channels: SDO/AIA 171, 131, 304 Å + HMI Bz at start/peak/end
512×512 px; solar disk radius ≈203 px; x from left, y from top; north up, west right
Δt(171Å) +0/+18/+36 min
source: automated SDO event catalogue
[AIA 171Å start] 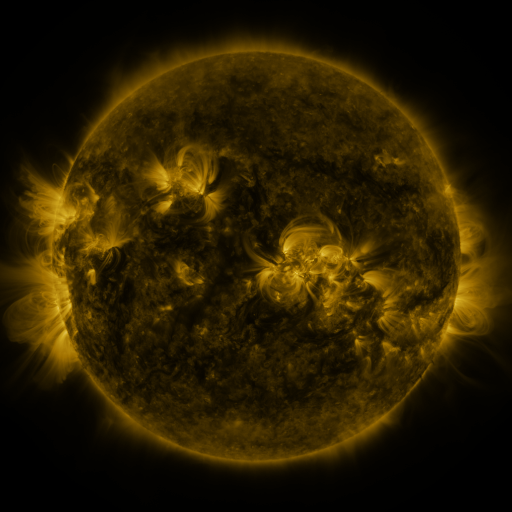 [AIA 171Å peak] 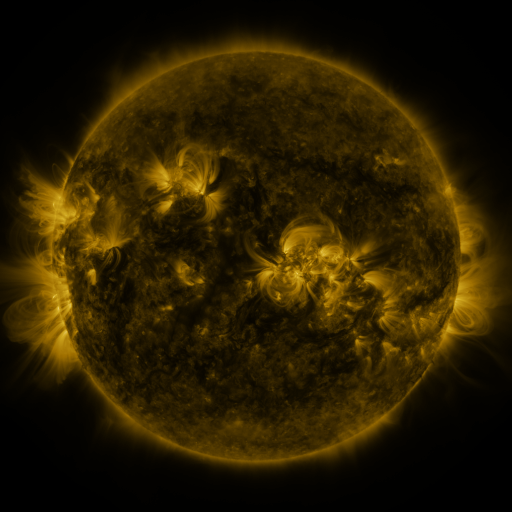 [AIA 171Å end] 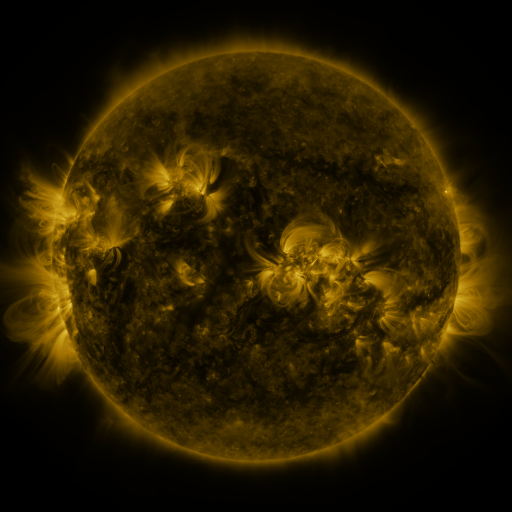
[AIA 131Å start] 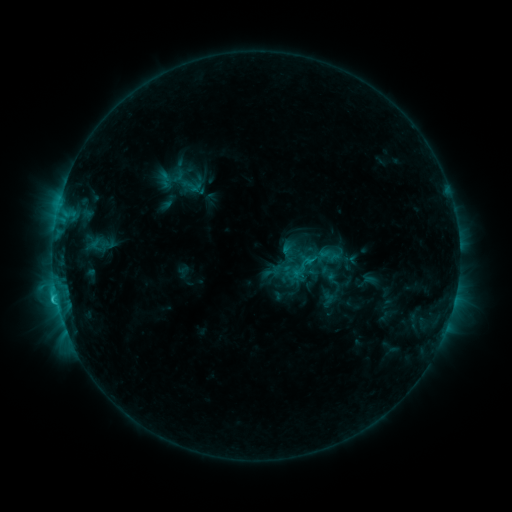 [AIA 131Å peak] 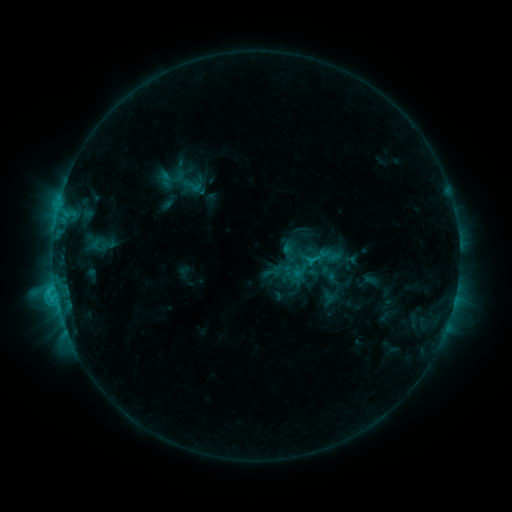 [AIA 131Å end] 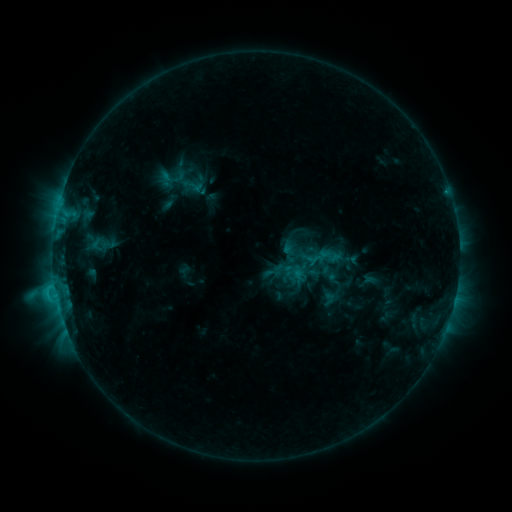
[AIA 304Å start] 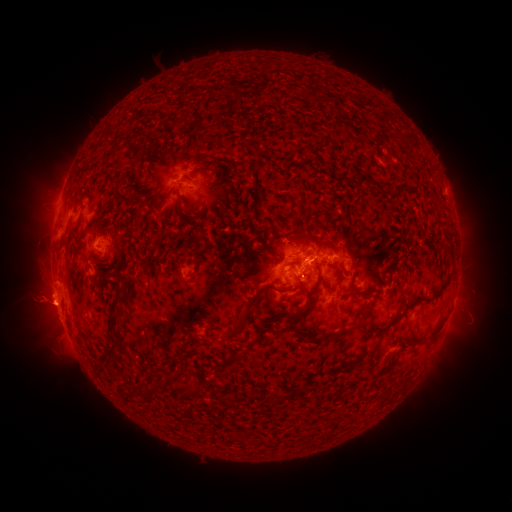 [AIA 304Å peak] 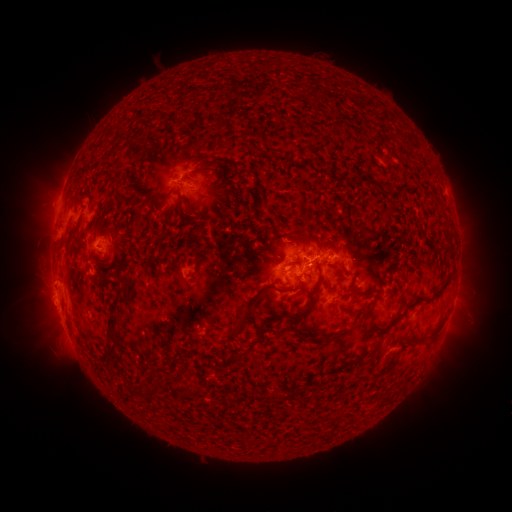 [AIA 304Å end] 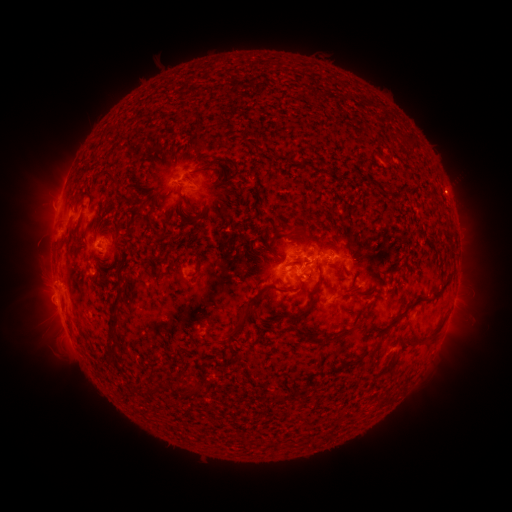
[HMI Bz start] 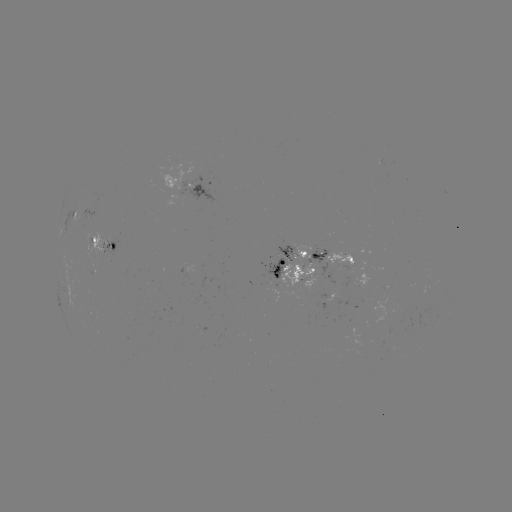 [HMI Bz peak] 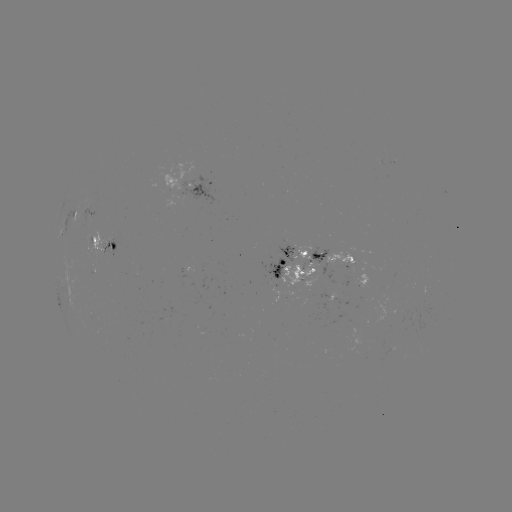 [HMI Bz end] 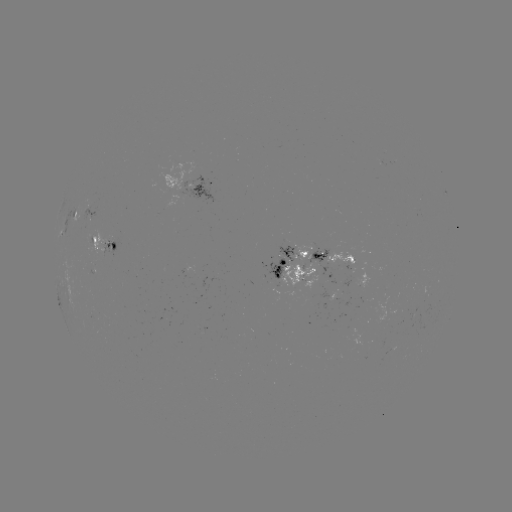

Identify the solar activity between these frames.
C2.4 flare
